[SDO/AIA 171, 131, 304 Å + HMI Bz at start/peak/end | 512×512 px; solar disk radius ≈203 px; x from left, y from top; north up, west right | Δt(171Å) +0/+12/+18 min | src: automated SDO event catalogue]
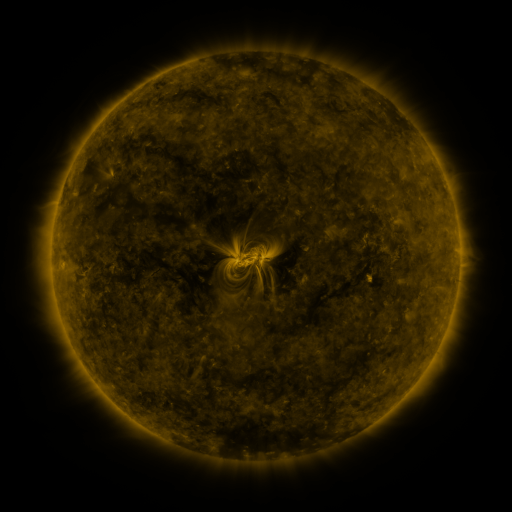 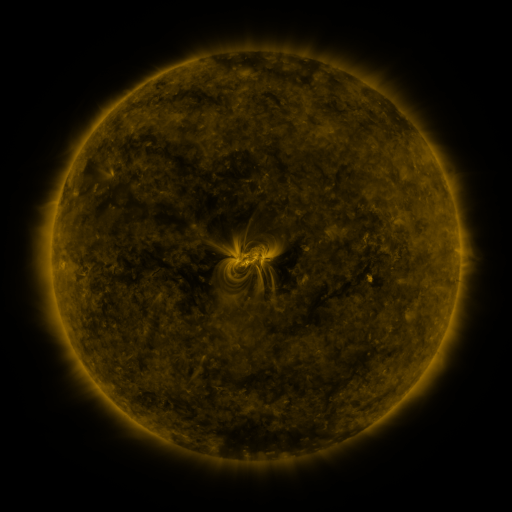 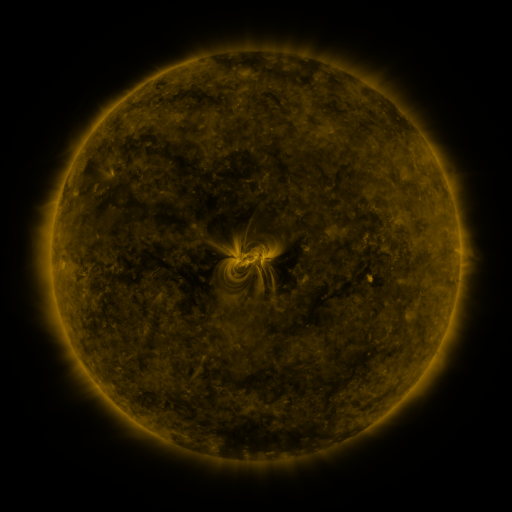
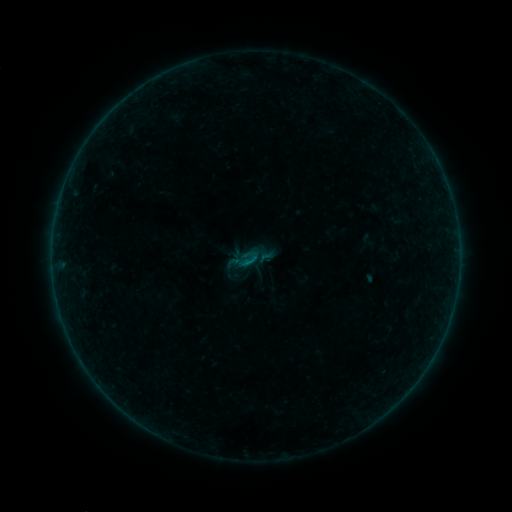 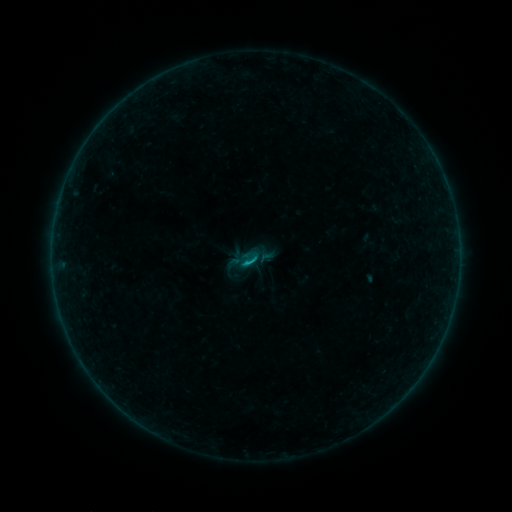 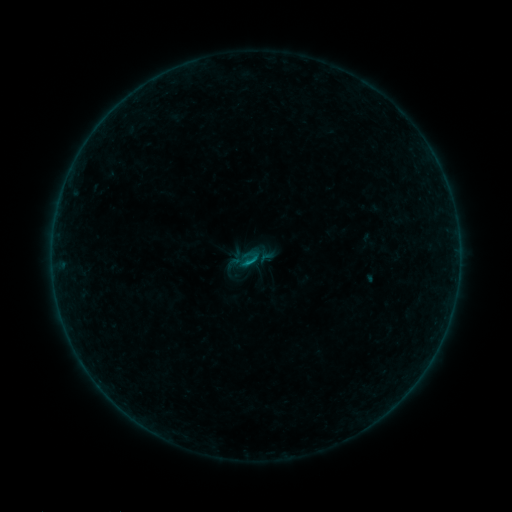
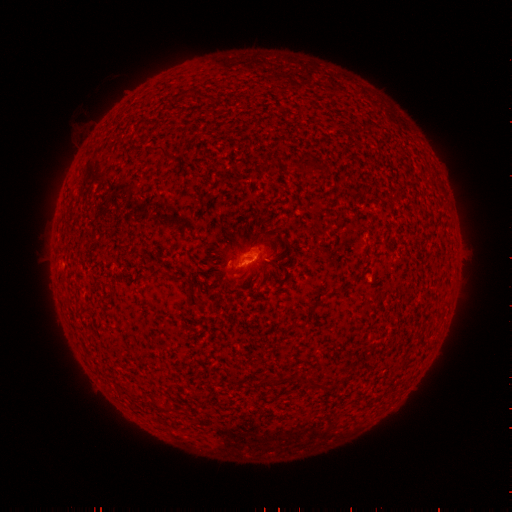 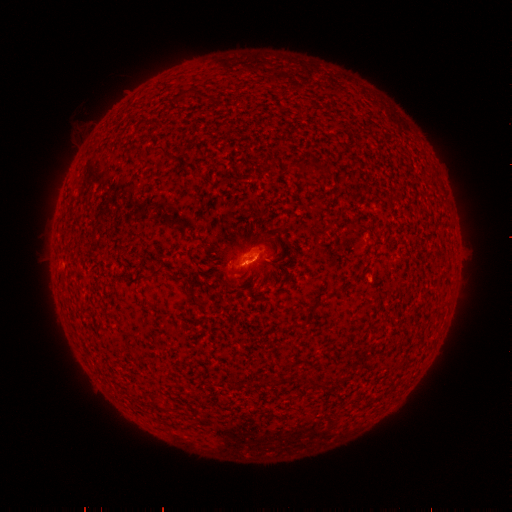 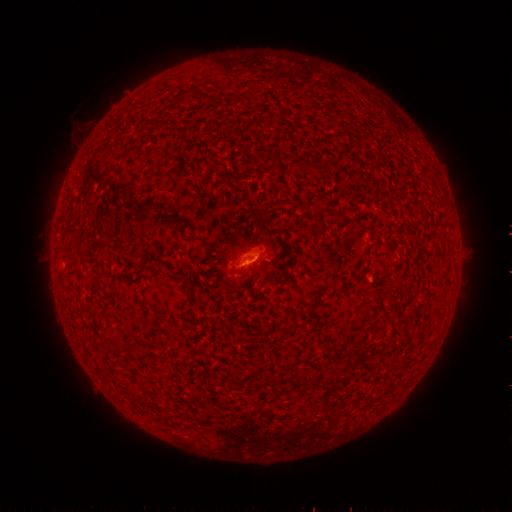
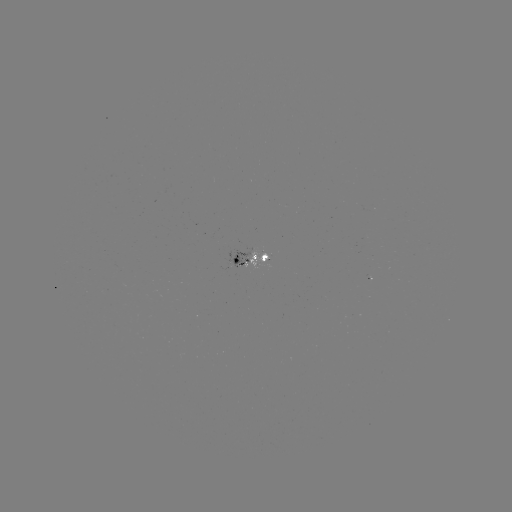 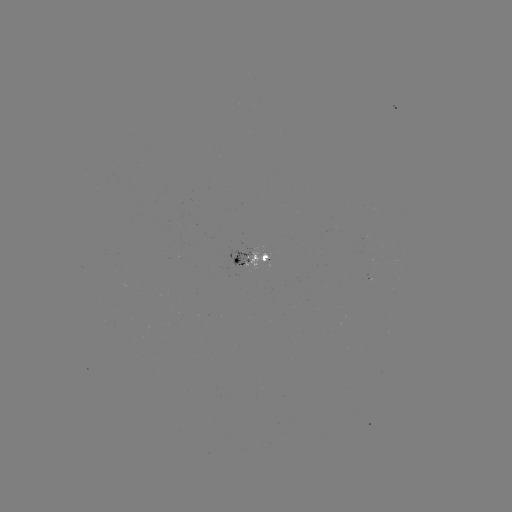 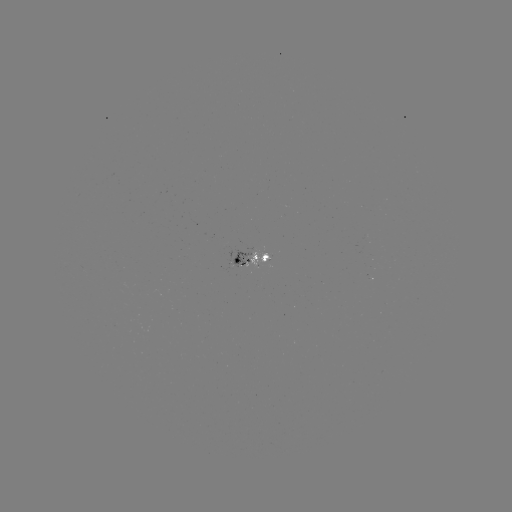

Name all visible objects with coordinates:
B4.7 flare: (248, 260)
